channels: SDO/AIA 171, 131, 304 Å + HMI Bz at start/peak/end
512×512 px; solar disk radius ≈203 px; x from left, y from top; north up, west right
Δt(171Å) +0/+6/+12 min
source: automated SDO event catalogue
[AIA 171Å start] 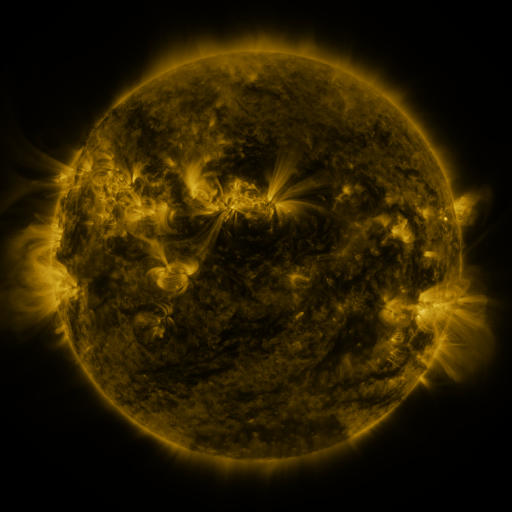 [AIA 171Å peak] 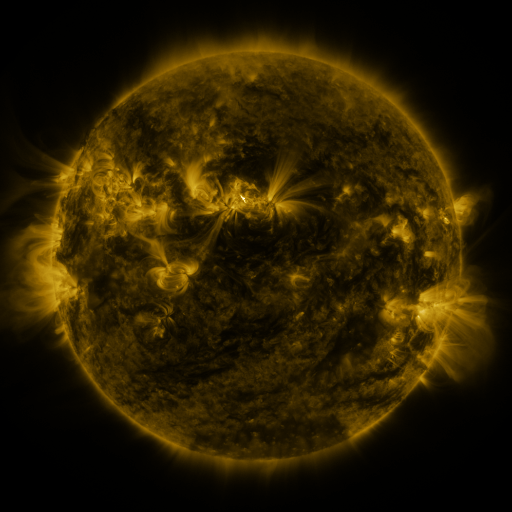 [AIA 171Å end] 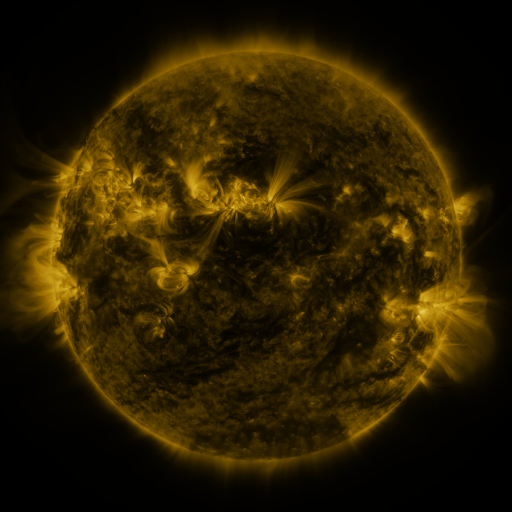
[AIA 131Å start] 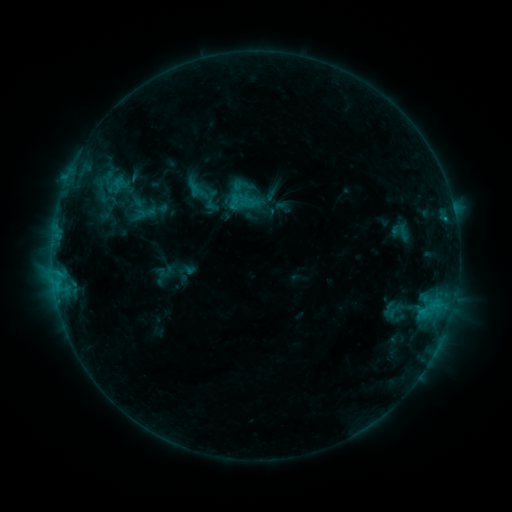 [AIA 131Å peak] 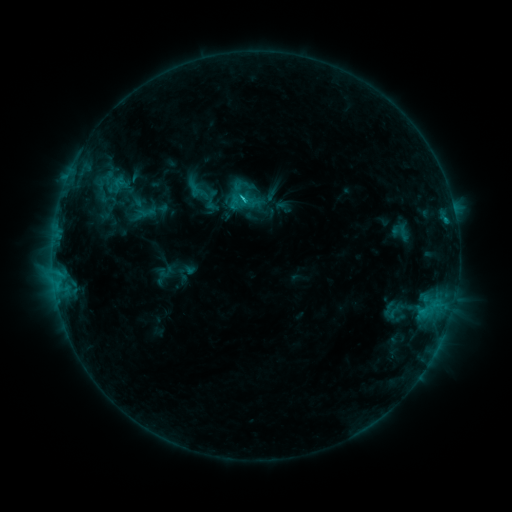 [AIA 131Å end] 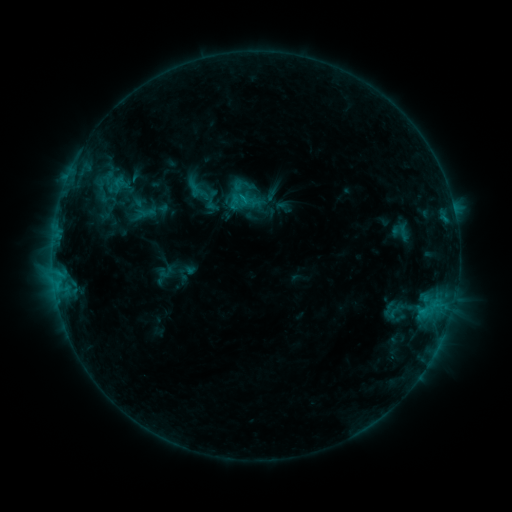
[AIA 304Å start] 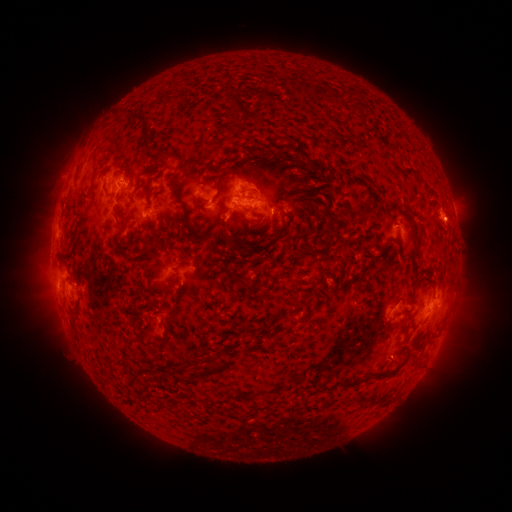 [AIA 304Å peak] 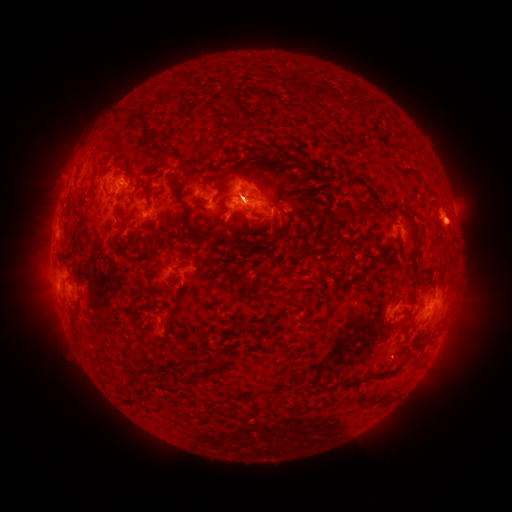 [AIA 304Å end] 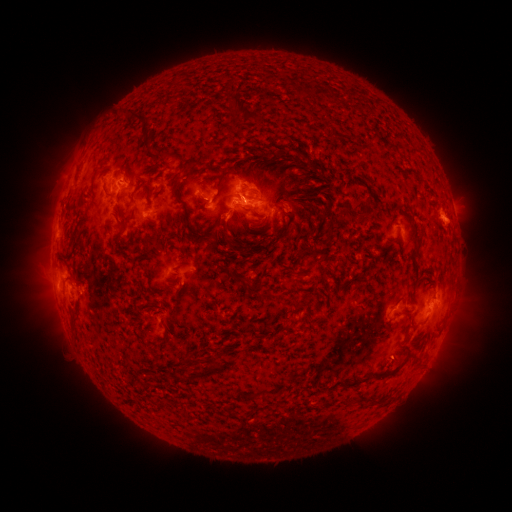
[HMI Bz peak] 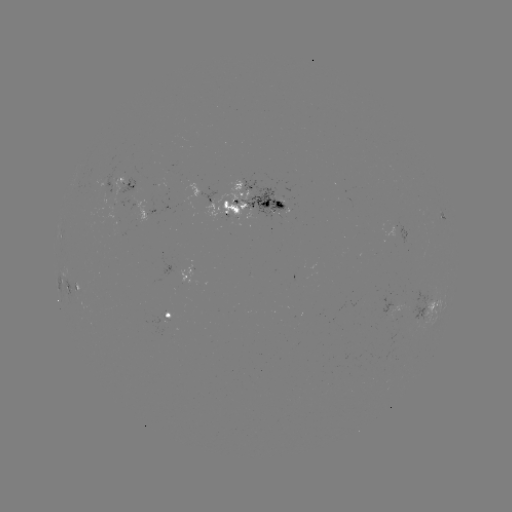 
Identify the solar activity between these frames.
C1.2 flare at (245, 202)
